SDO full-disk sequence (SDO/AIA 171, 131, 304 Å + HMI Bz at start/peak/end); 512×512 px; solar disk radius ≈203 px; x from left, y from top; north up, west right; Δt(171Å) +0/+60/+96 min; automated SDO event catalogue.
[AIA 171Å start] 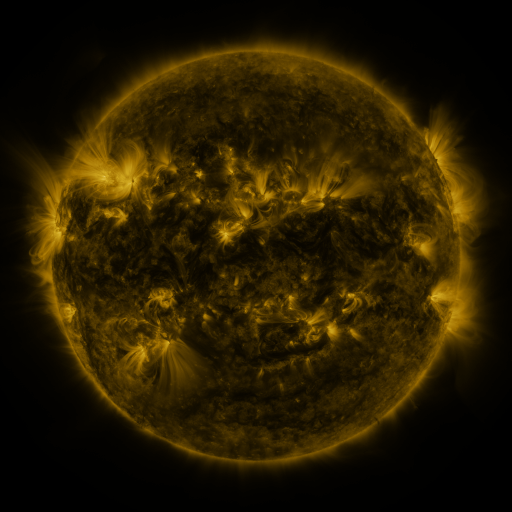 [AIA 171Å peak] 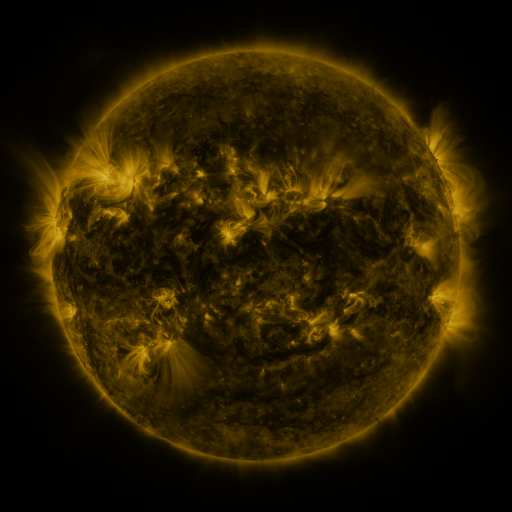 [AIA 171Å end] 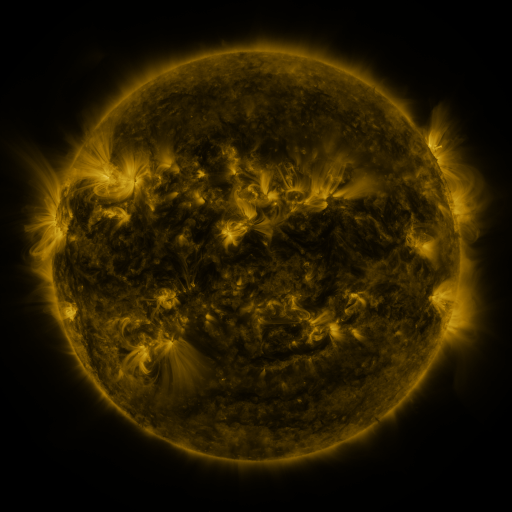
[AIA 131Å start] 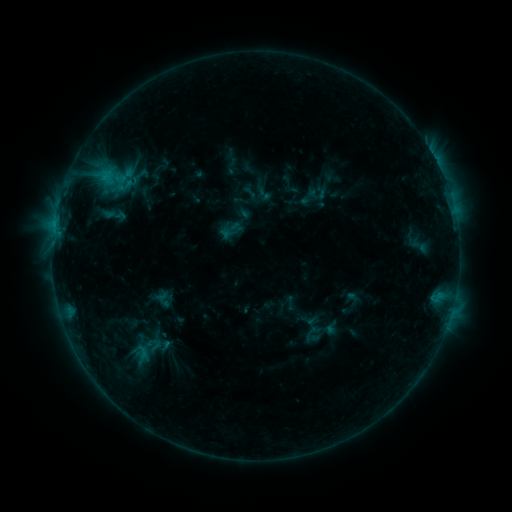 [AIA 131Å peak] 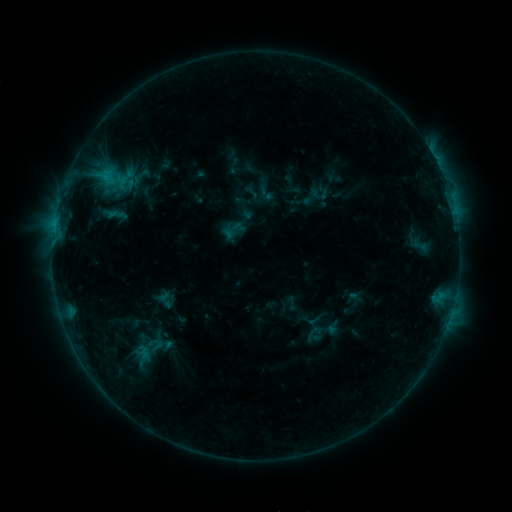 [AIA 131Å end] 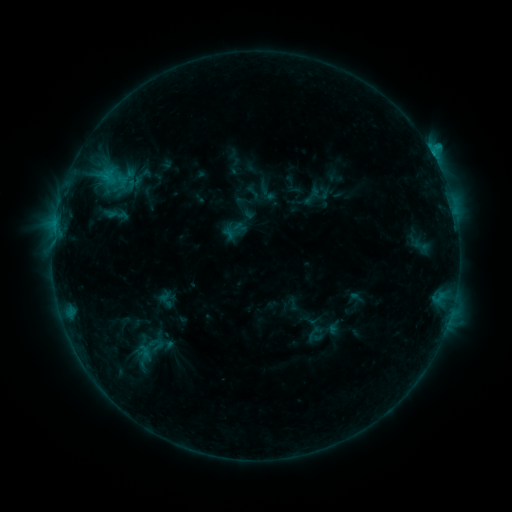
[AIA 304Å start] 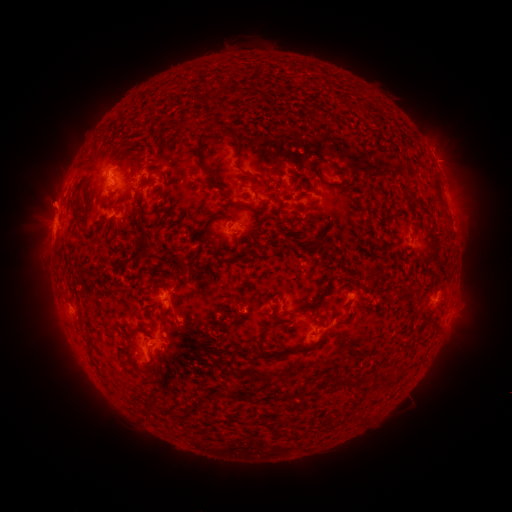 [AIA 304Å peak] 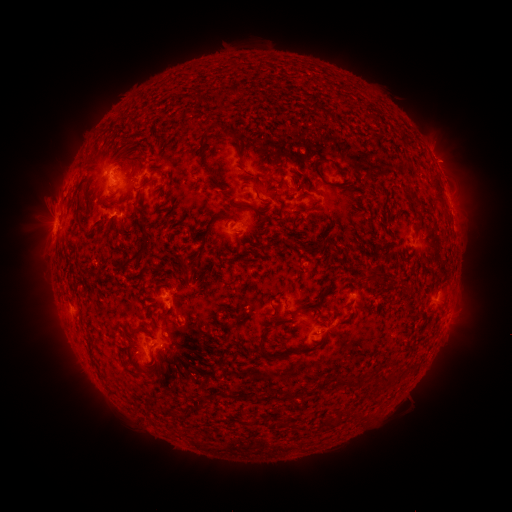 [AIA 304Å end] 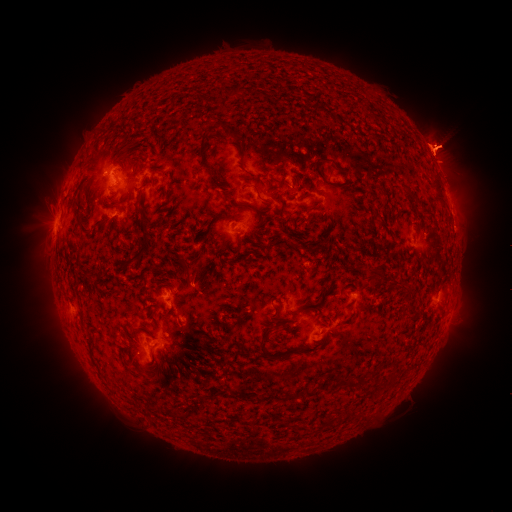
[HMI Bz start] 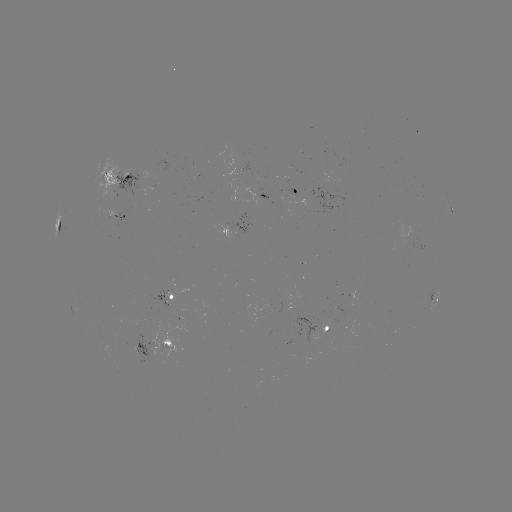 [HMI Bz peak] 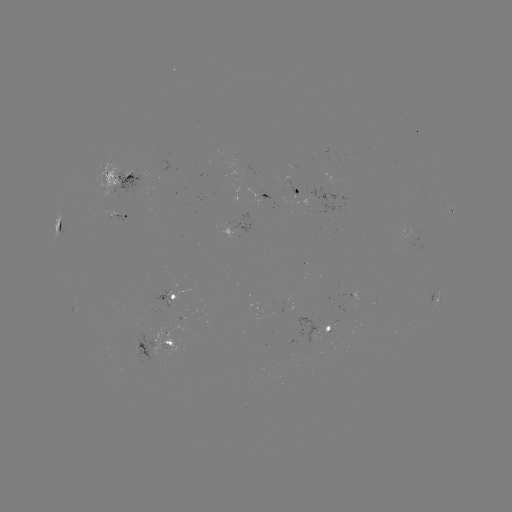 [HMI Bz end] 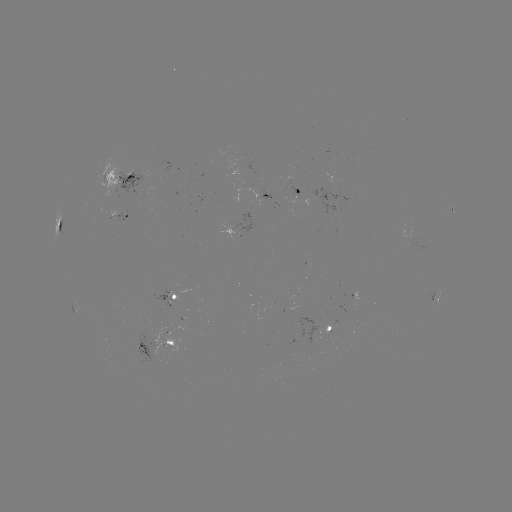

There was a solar emerging-flux region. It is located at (280, 202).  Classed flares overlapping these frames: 3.